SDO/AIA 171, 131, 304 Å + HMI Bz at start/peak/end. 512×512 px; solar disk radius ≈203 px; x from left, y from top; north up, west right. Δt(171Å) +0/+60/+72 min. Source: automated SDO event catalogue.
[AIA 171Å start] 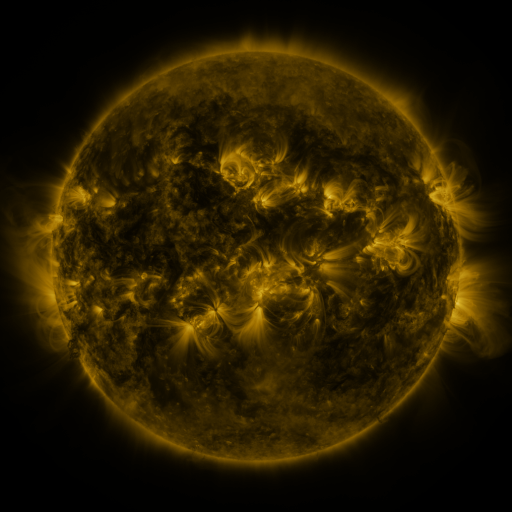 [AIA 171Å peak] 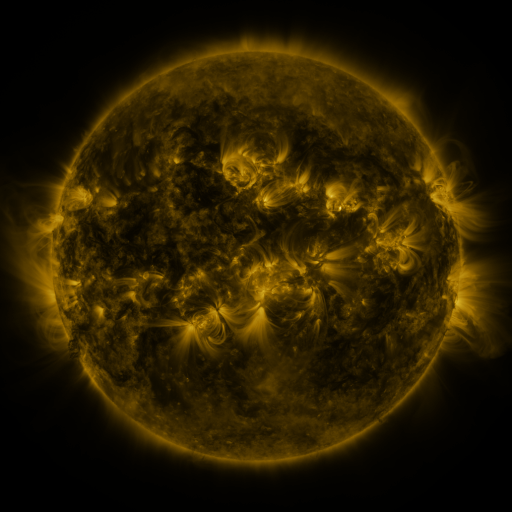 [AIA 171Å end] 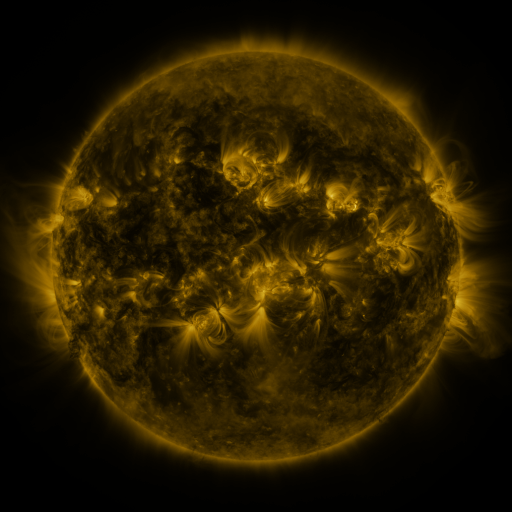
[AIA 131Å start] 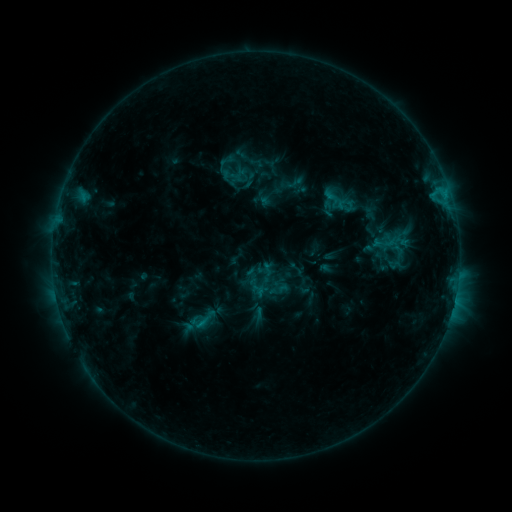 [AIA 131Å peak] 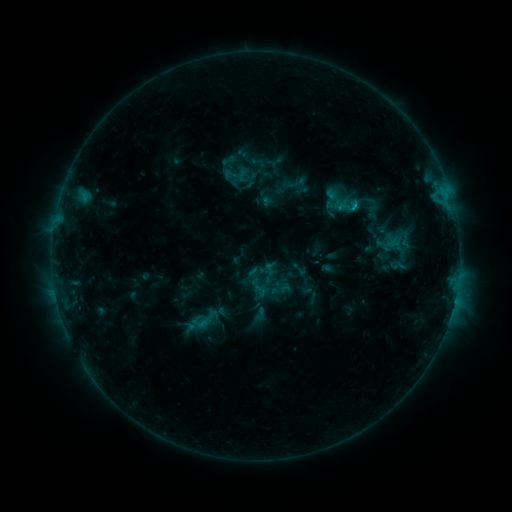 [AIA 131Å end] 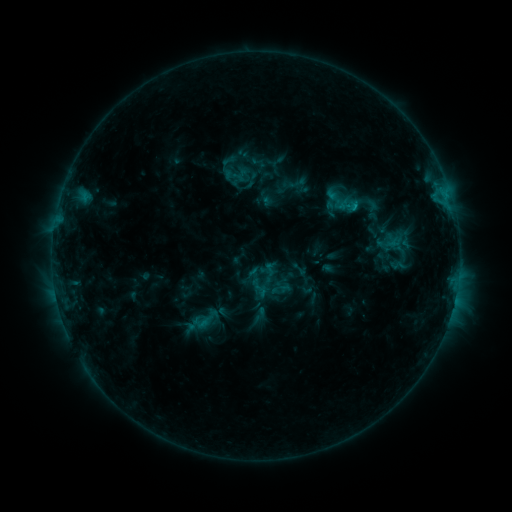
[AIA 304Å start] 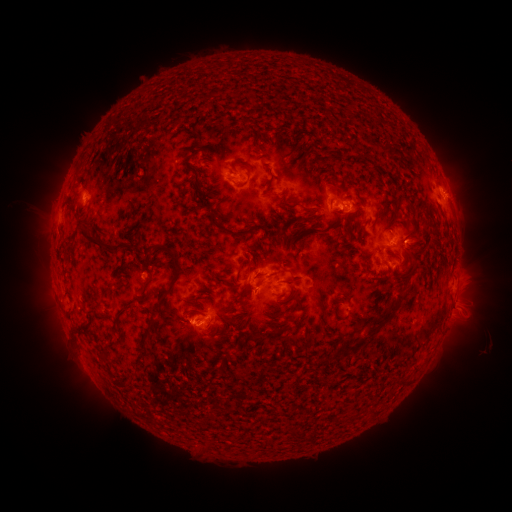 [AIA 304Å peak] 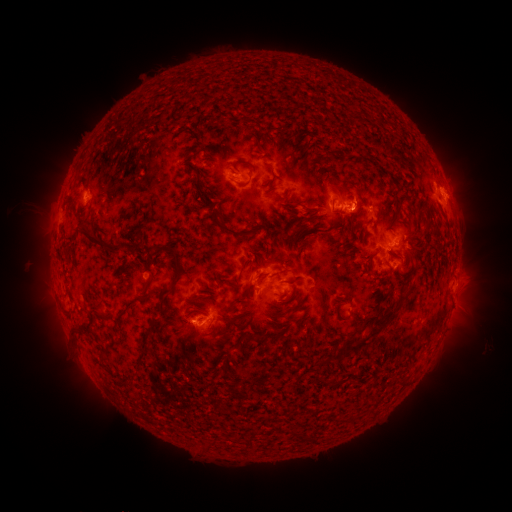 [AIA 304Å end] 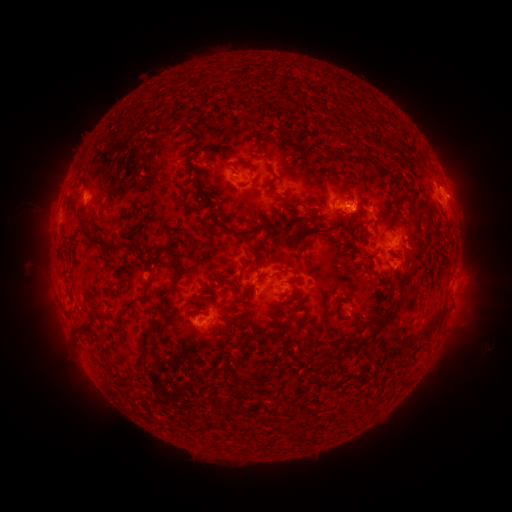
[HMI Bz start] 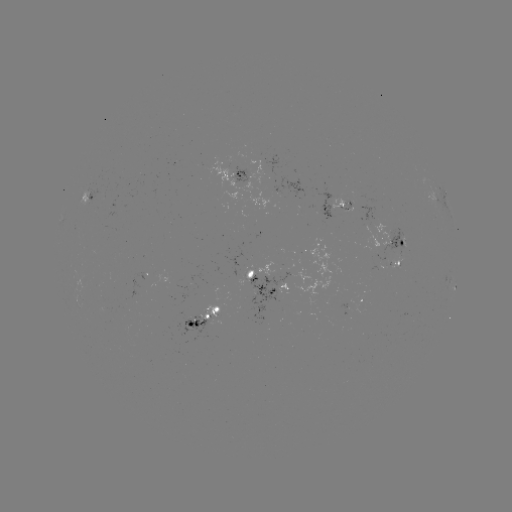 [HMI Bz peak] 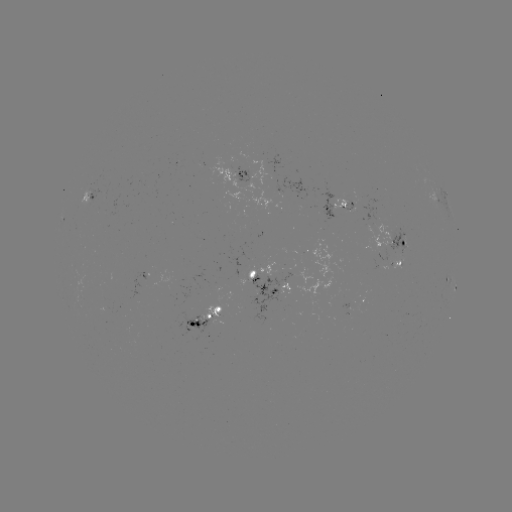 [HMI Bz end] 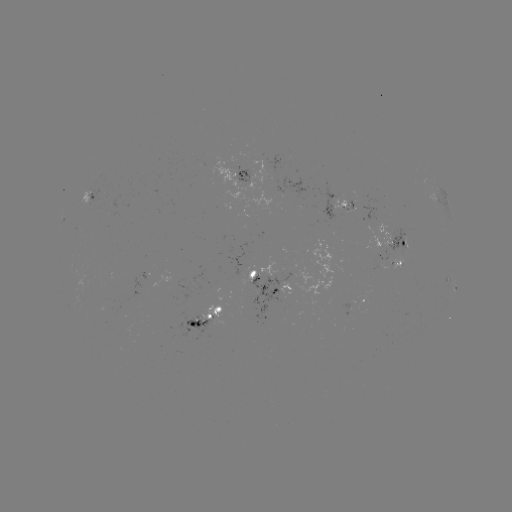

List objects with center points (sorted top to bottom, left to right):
emerging-flux region: (250, 279)
